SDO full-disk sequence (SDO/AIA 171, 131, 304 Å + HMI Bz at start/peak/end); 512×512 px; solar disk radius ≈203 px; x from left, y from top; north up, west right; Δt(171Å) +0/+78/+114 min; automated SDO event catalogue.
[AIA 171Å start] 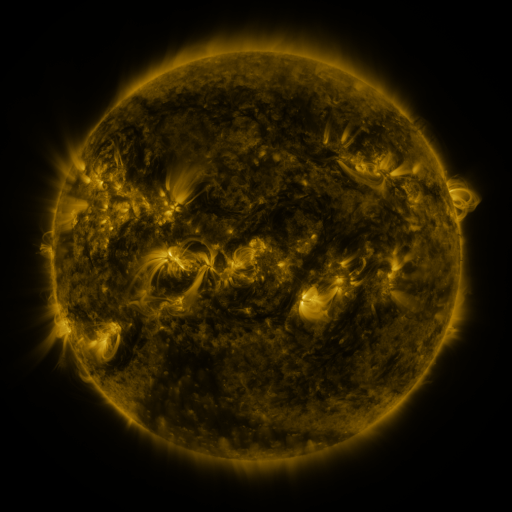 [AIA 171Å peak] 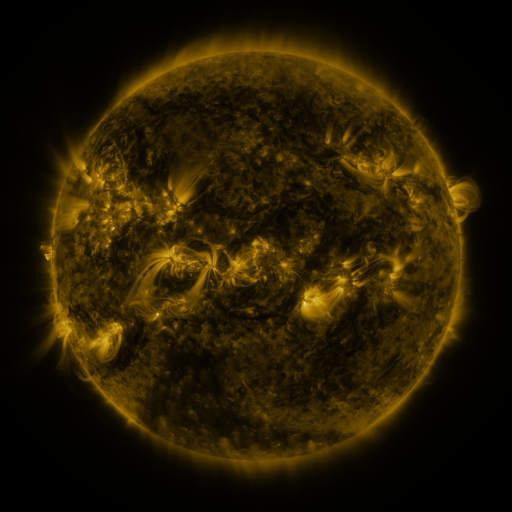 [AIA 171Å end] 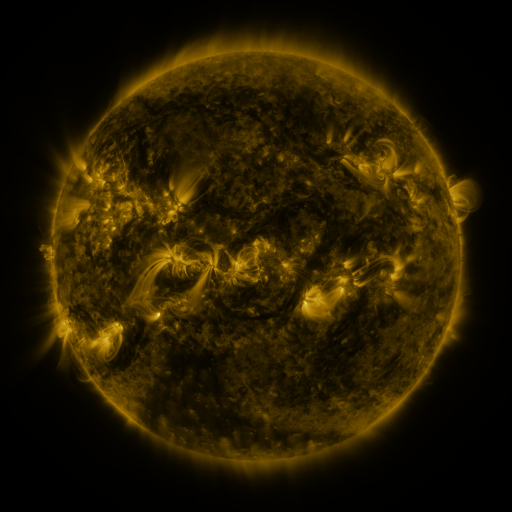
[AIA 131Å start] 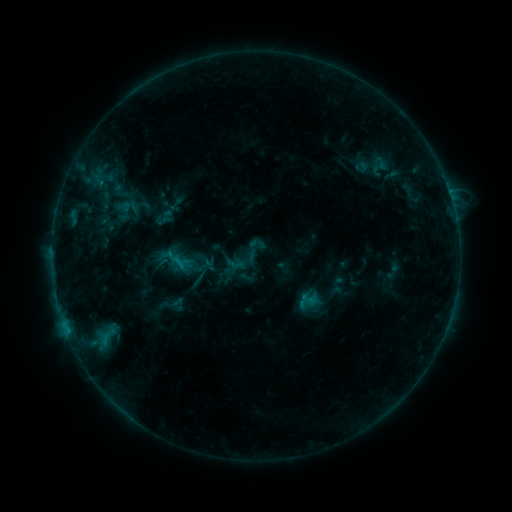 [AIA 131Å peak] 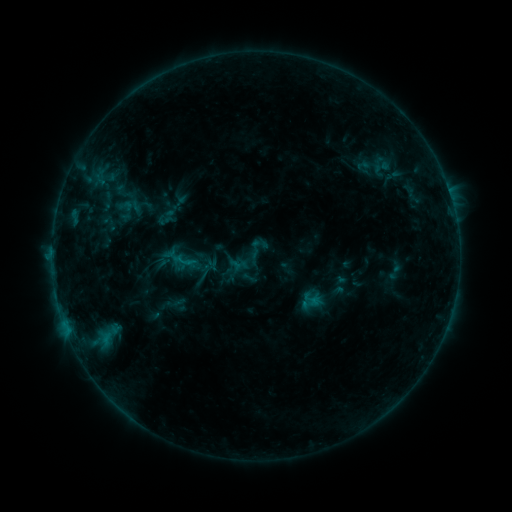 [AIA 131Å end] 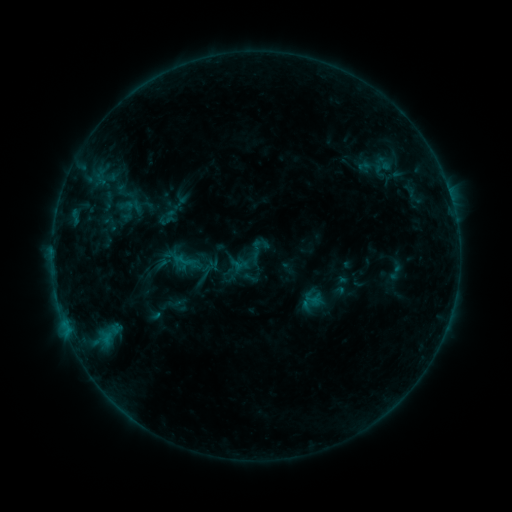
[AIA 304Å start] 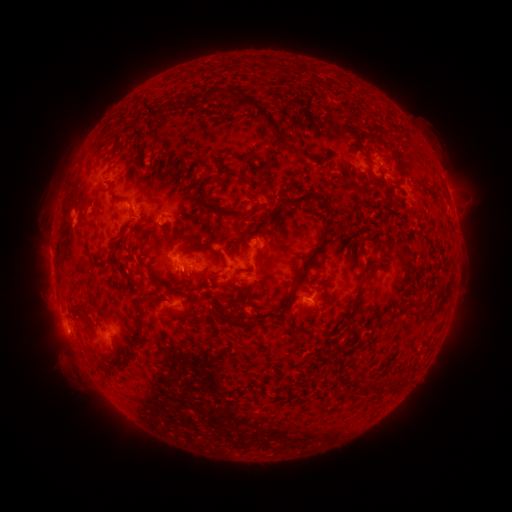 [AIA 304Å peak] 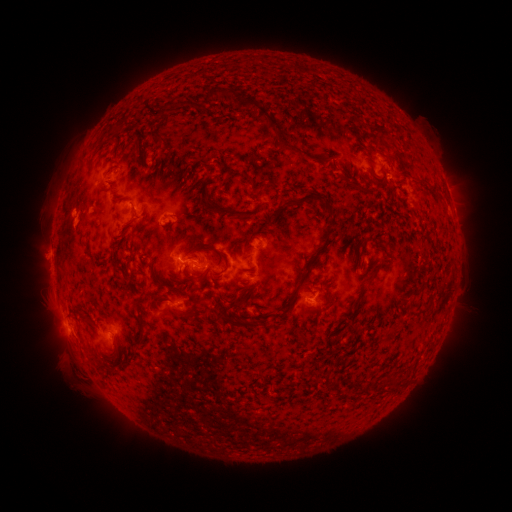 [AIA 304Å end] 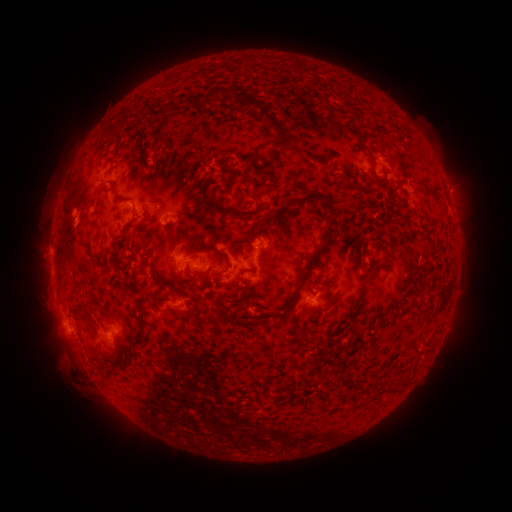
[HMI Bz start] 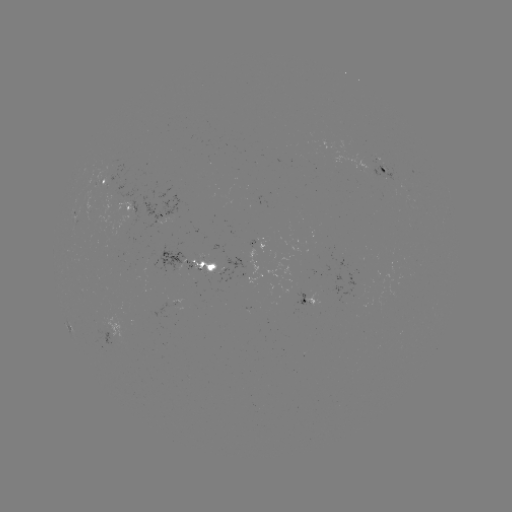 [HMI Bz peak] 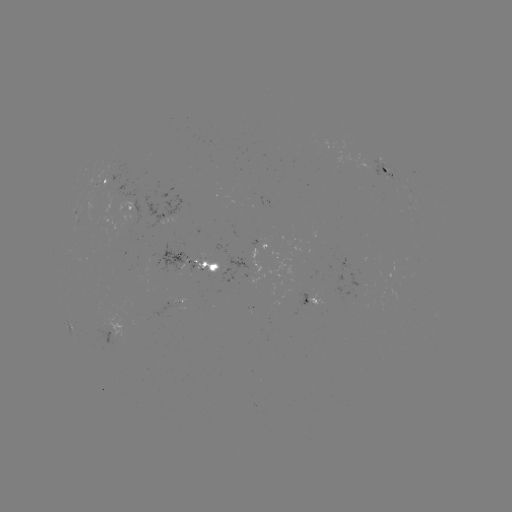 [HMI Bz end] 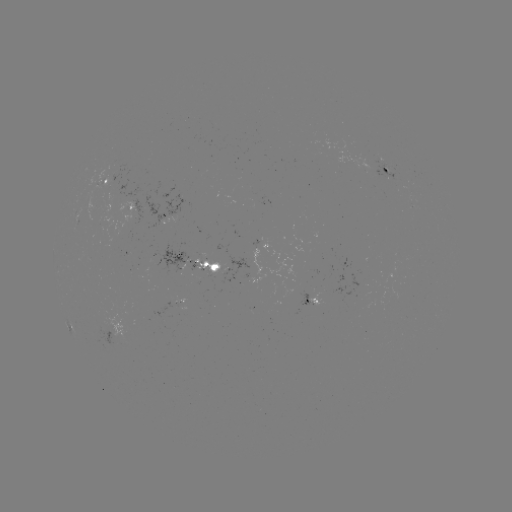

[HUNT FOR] emerging-flux region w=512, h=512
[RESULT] (120, 200)